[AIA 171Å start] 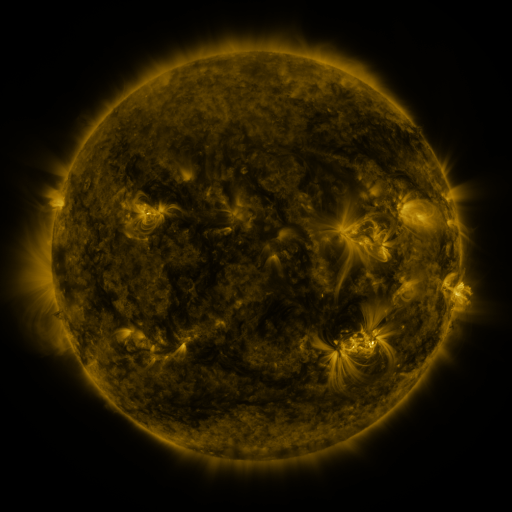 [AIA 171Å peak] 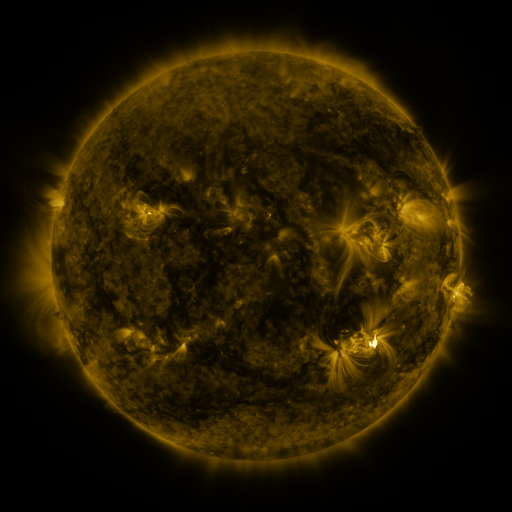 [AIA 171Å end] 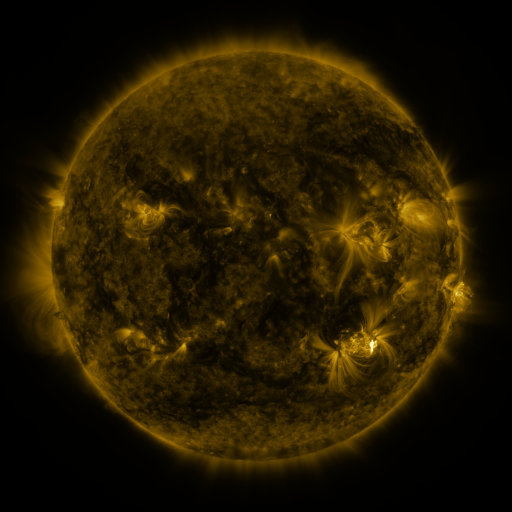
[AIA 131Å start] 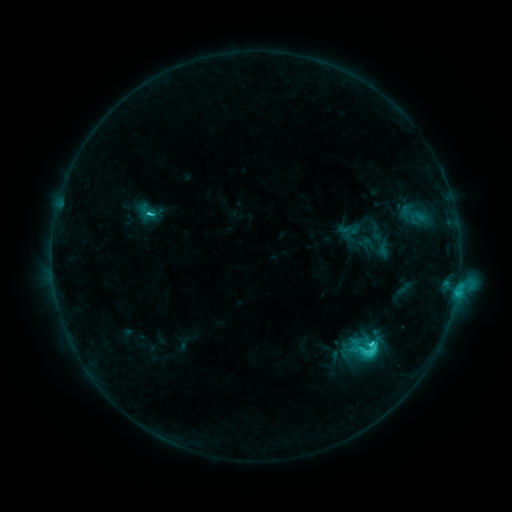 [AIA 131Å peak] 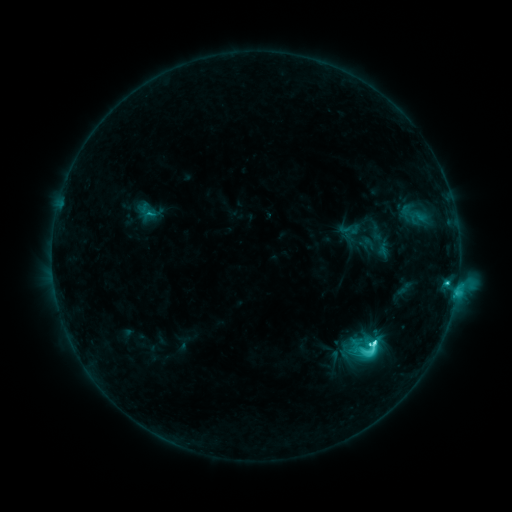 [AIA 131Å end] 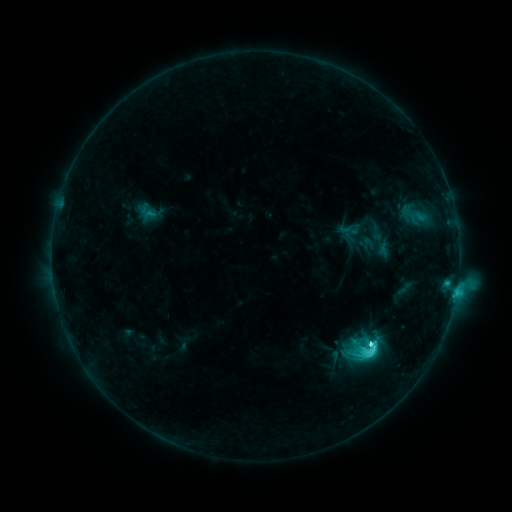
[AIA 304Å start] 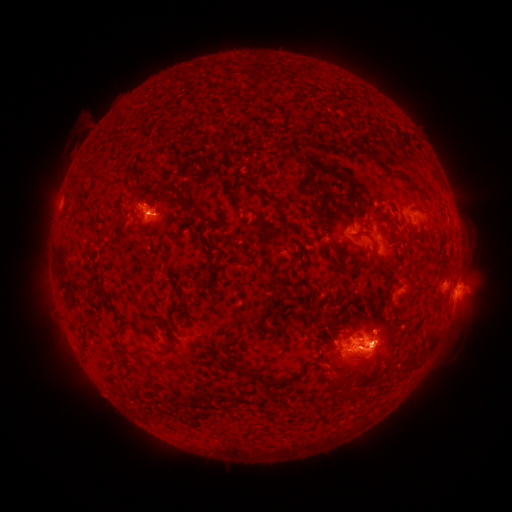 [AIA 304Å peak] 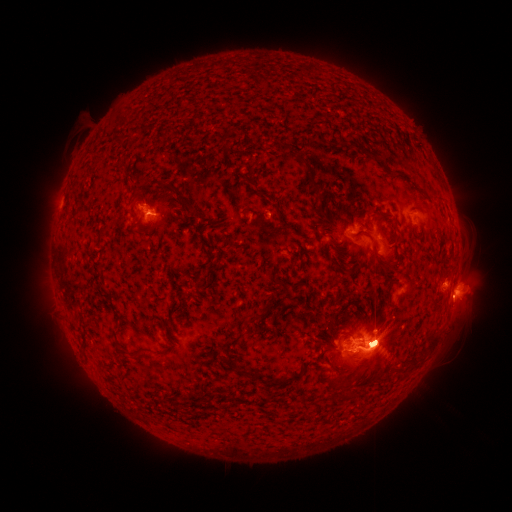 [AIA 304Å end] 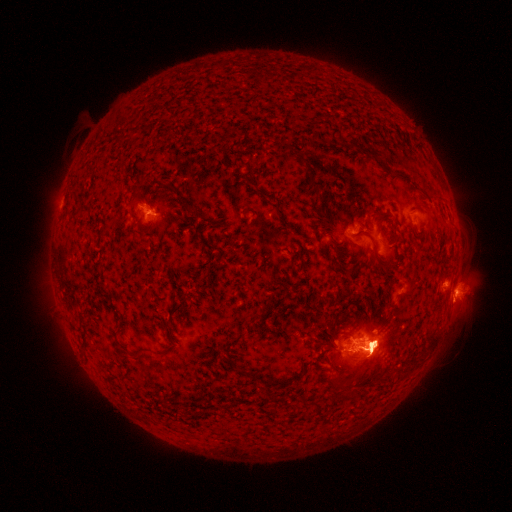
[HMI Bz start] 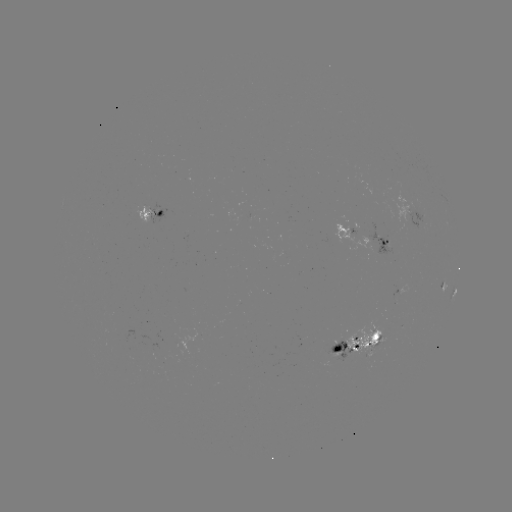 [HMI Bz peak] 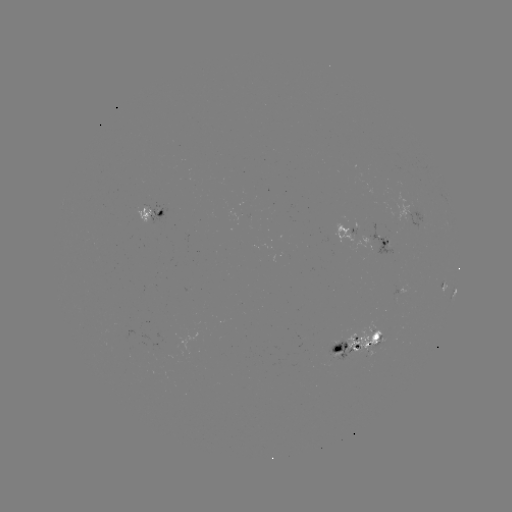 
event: flare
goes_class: M1.4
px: (373, 343)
